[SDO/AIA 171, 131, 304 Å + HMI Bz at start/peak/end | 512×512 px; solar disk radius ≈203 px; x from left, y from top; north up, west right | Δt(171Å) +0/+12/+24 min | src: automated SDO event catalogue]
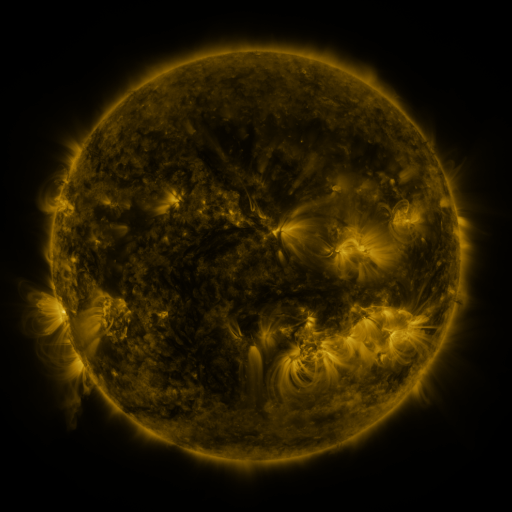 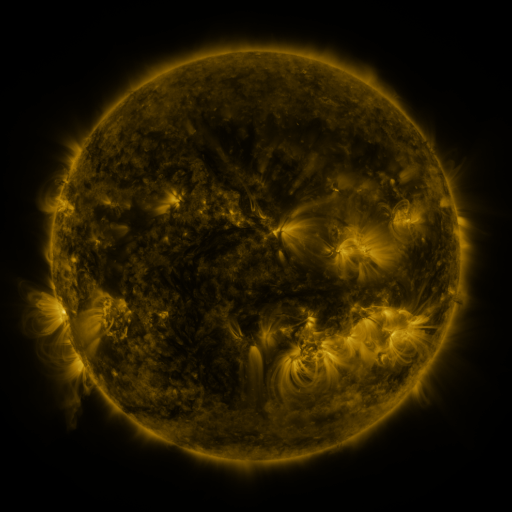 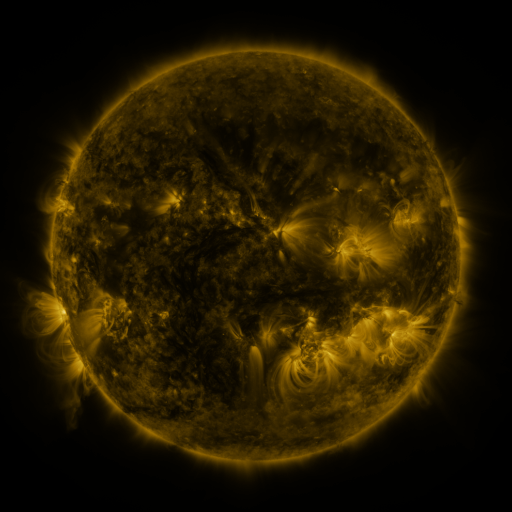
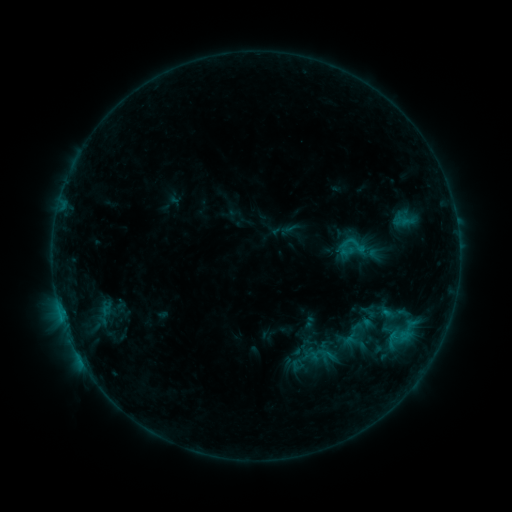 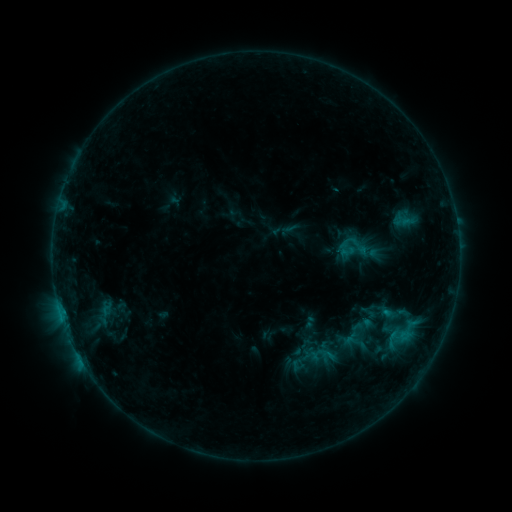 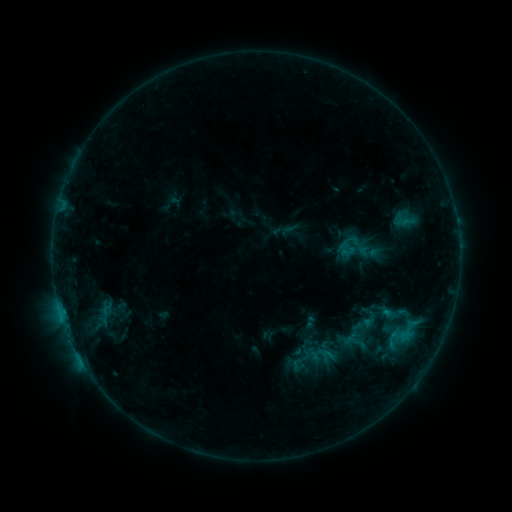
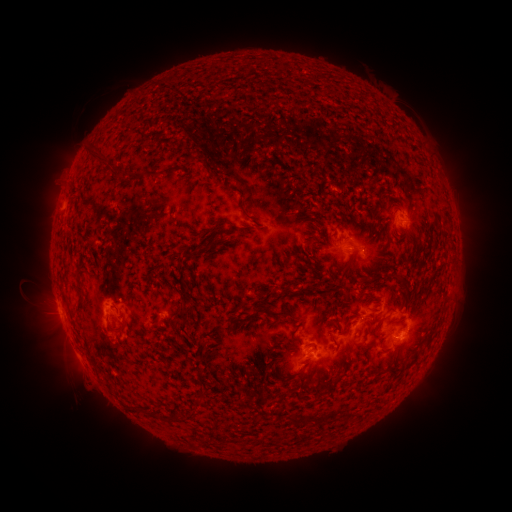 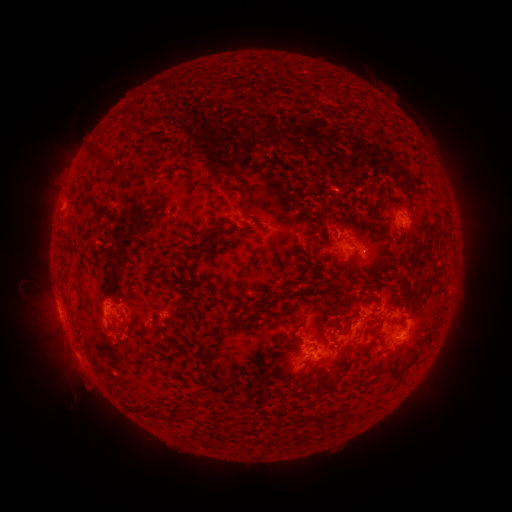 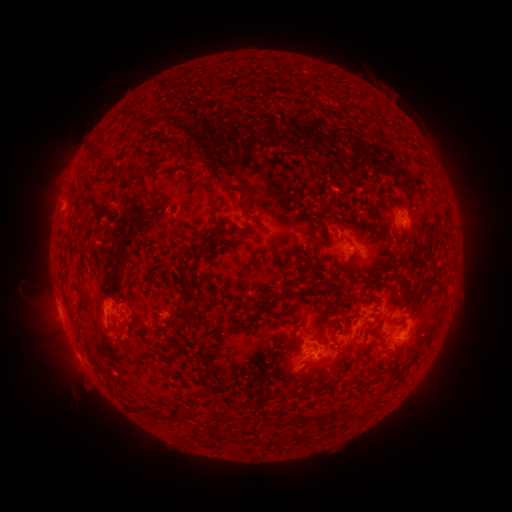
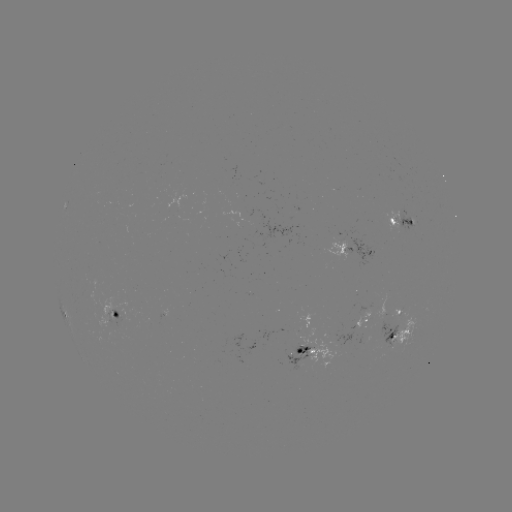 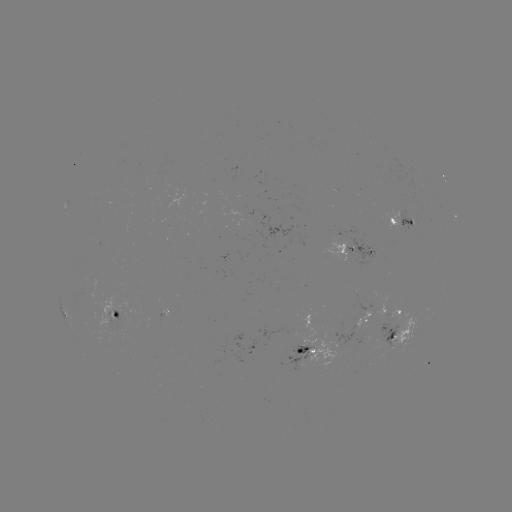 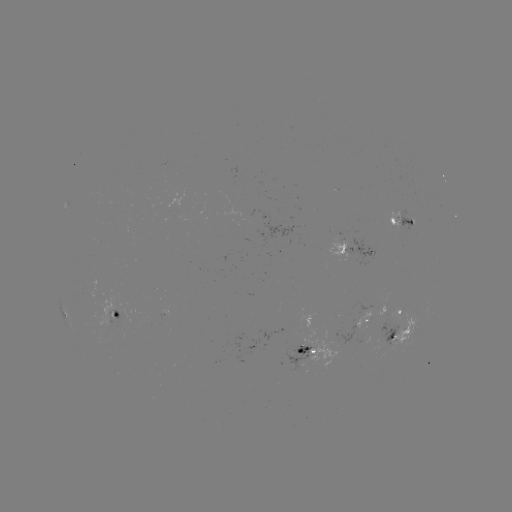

nothing was catalogued: no classed flare, no EUV trigger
